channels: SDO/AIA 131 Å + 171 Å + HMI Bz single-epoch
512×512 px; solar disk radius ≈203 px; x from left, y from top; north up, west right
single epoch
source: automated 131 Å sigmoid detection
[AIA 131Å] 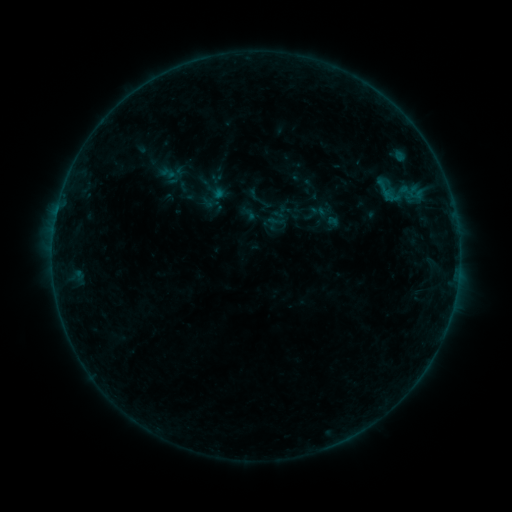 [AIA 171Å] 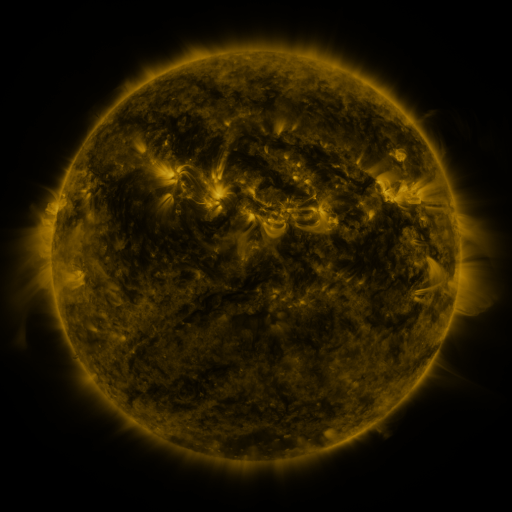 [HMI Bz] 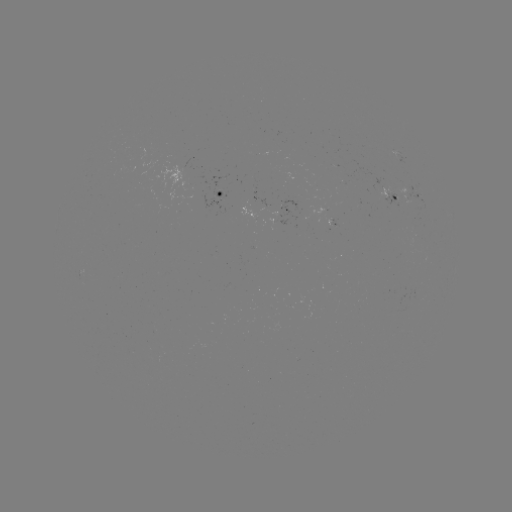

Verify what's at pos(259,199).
sigmoid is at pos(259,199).